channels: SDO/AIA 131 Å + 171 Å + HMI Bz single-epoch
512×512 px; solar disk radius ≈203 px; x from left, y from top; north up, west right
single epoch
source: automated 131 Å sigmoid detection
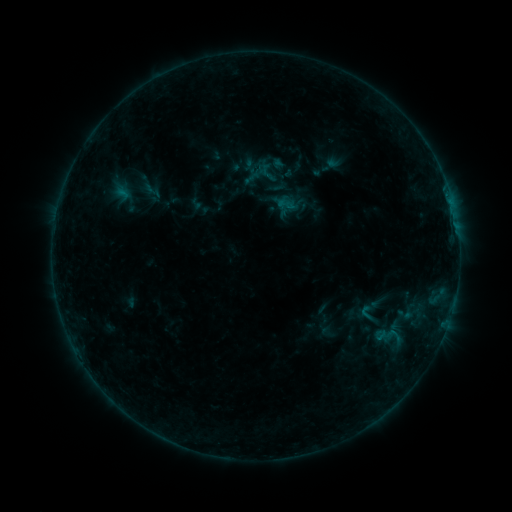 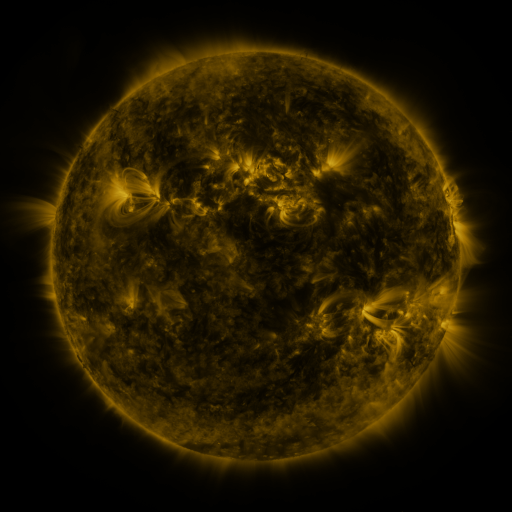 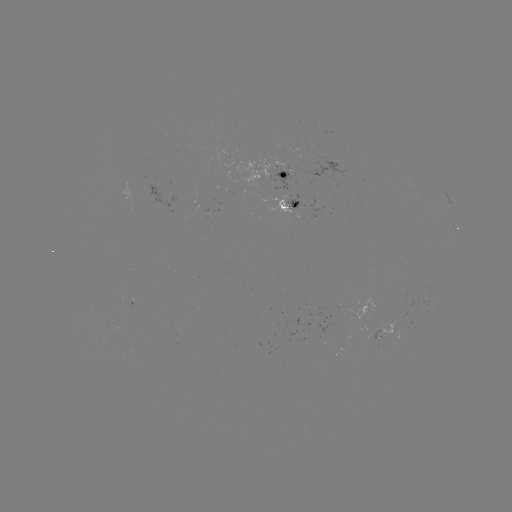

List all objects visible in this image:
sigmoid: (141, 179, 163, 201)
sigmoid: (277, 196, 295, 213)
sigmoid: (357, 302, 377, 324)
sigmoid: (397, 304, 414, 324)
